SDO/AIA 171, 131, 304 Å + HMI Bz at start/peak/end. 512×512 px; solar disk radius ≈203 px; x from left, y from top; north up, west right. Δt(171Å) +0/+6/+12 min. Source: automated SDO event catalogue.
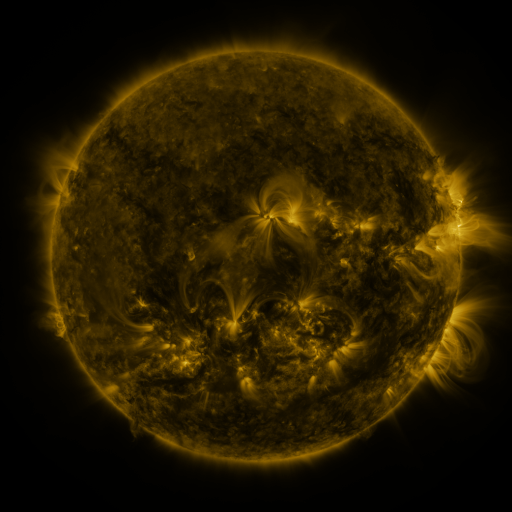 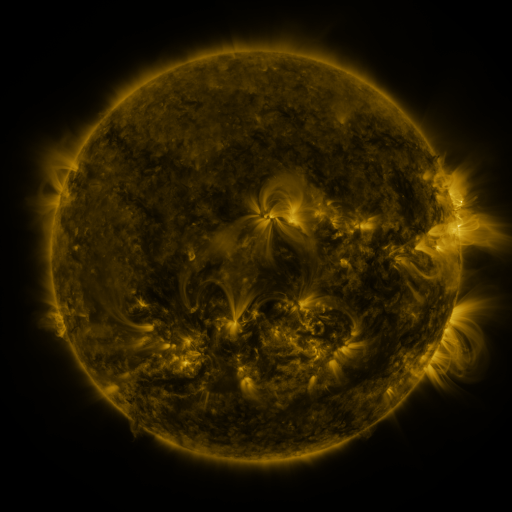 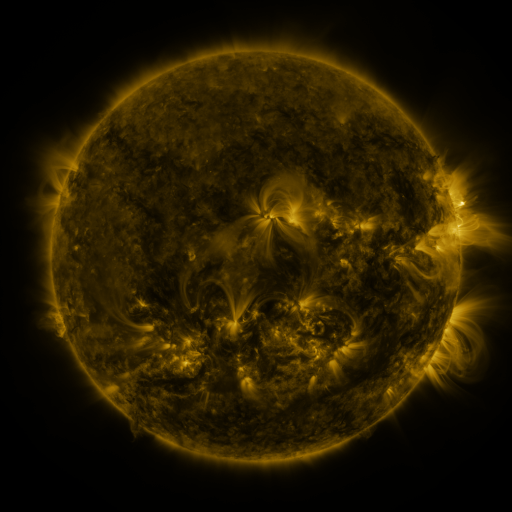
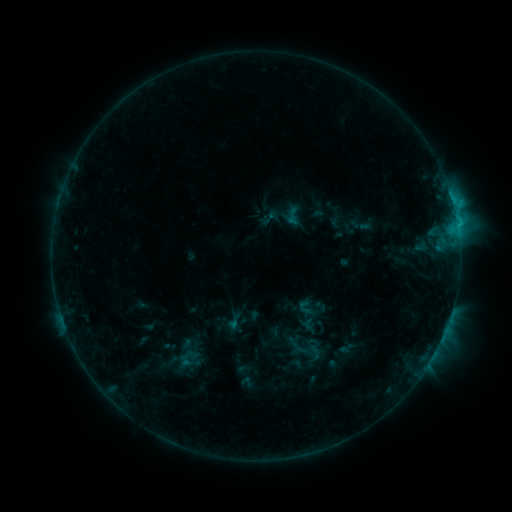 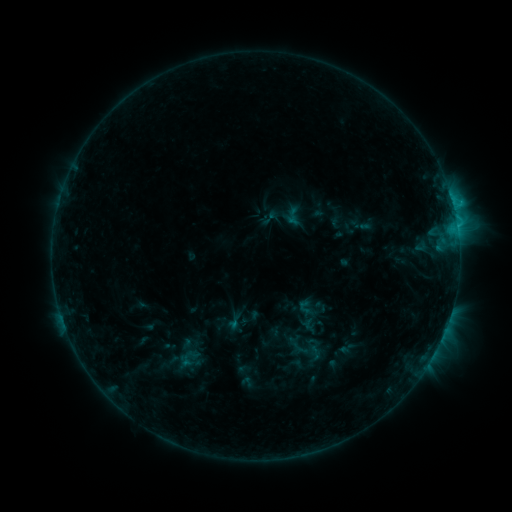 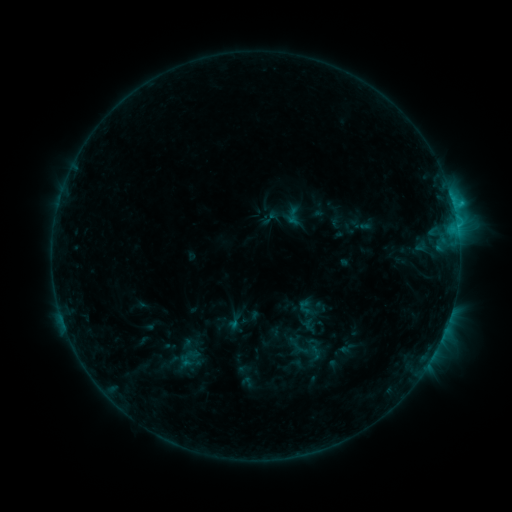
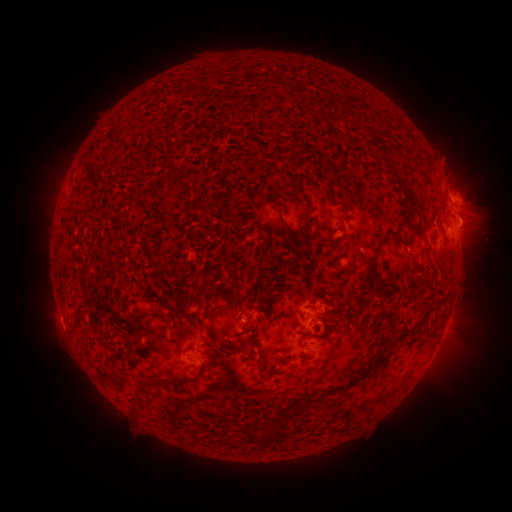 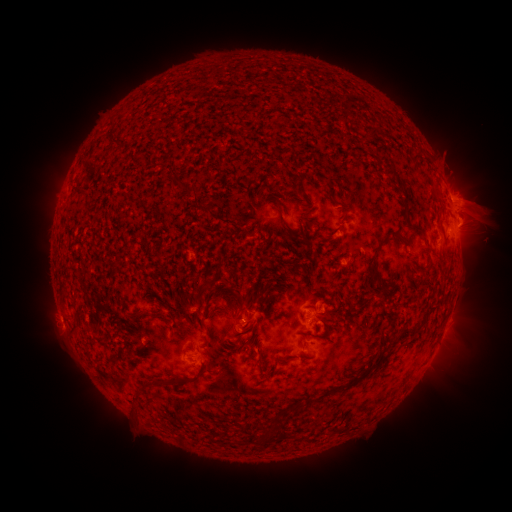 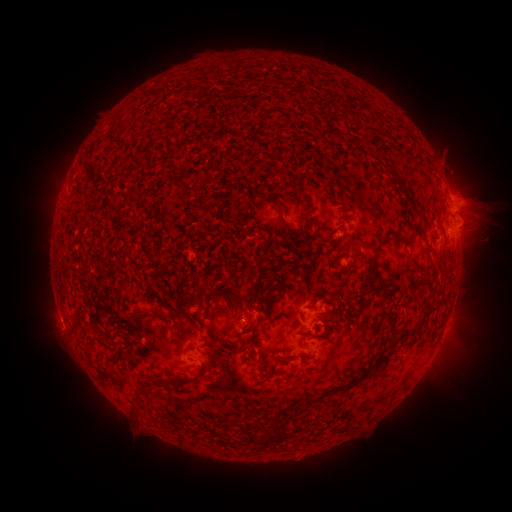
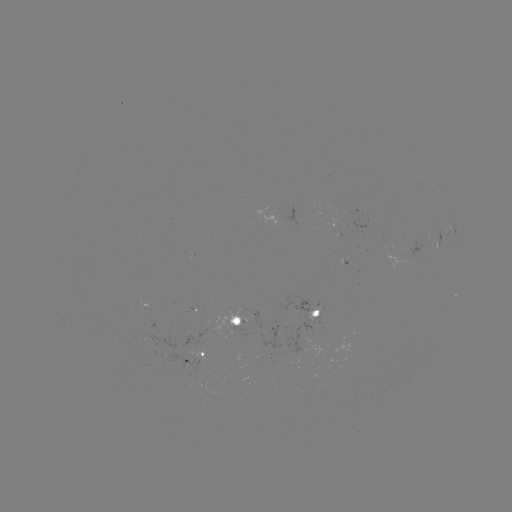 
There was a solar eruption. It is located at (479, 202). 